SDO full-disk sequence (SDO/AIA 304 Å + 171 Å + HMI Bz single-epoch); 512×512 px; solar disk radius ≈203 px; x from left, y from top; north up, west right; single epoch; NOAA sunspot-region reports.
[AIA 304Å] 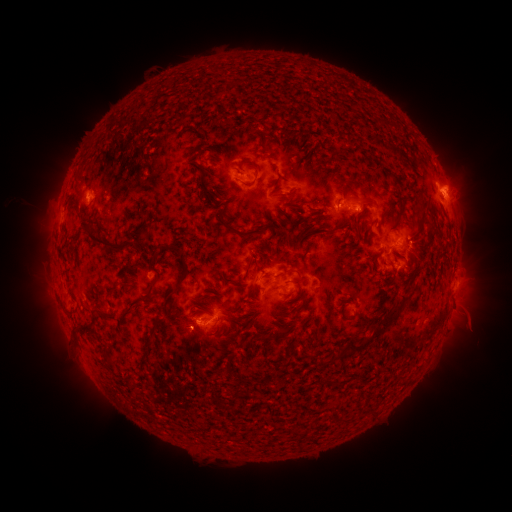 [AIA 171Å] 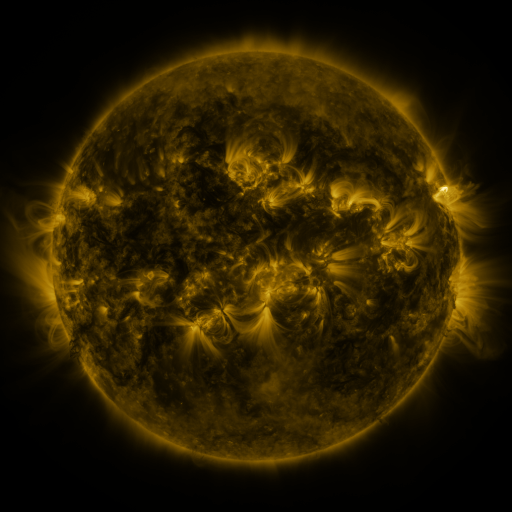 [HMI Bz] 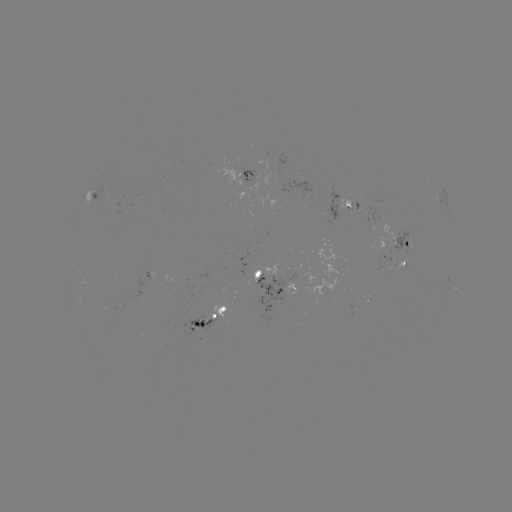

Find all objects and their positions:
spotted active region: (242, 175)
spotted active region: (93, 196)
spotted active region: (344, 204)
spotted active region: (397, 244)
spotted active region: (403, 263)
spotted active region: (269, 276)
spotted active region: (451, 289)
spotted active region: (283, 290)
spotted active region: (366, 301)
spotted active region: (214, 315)
